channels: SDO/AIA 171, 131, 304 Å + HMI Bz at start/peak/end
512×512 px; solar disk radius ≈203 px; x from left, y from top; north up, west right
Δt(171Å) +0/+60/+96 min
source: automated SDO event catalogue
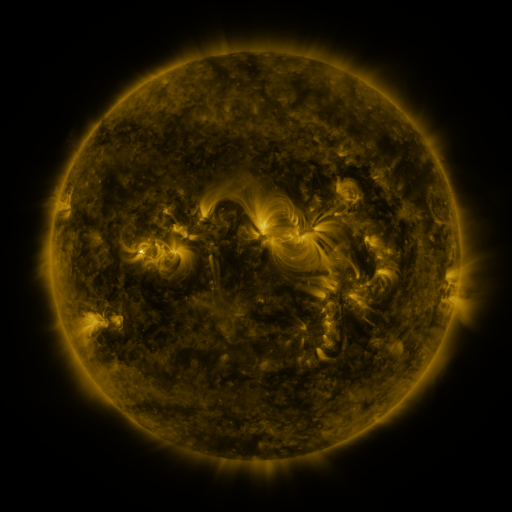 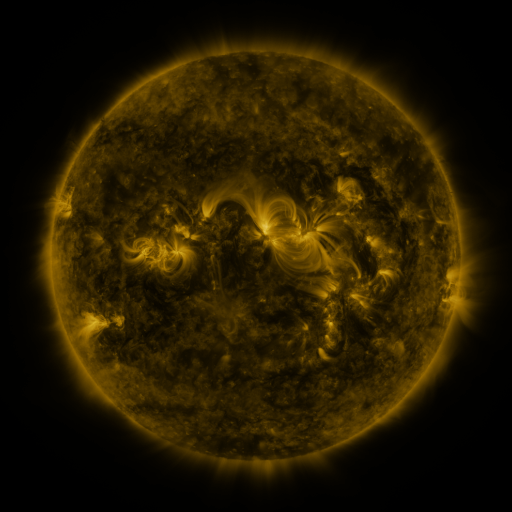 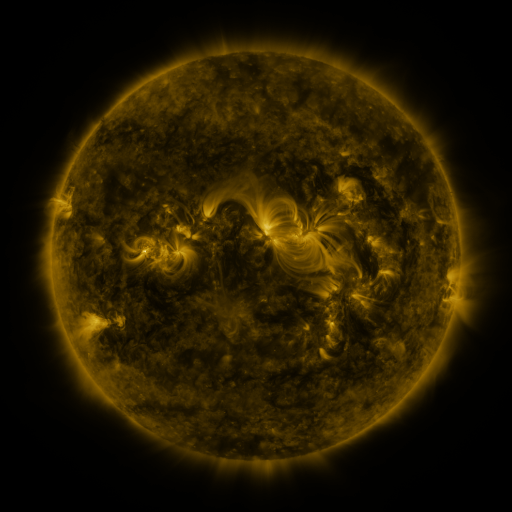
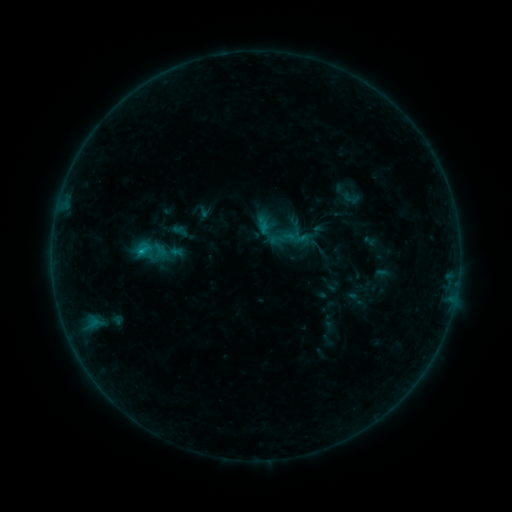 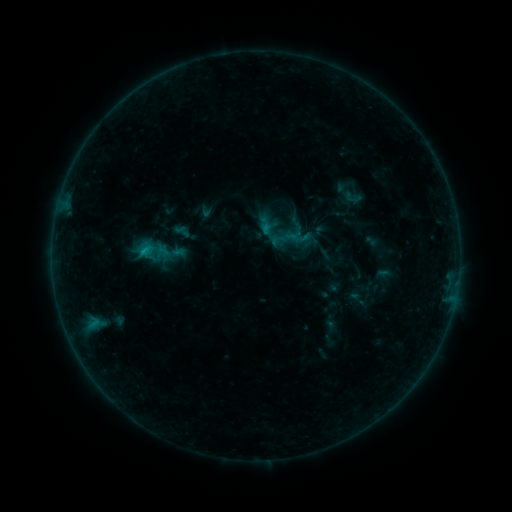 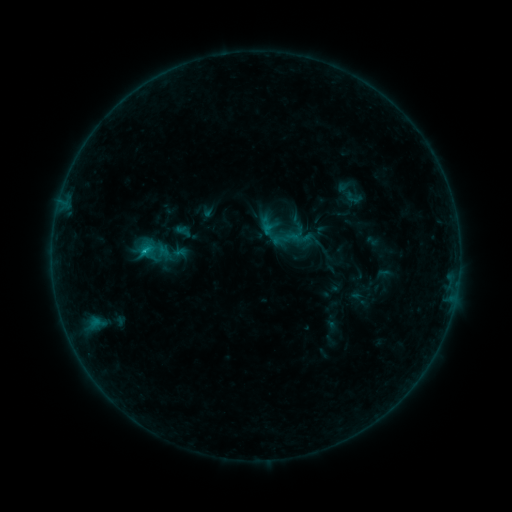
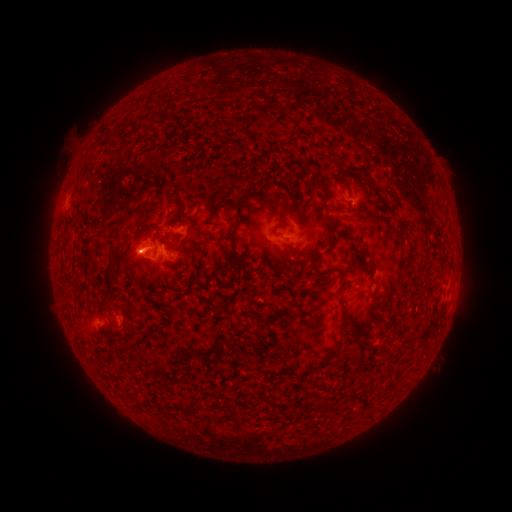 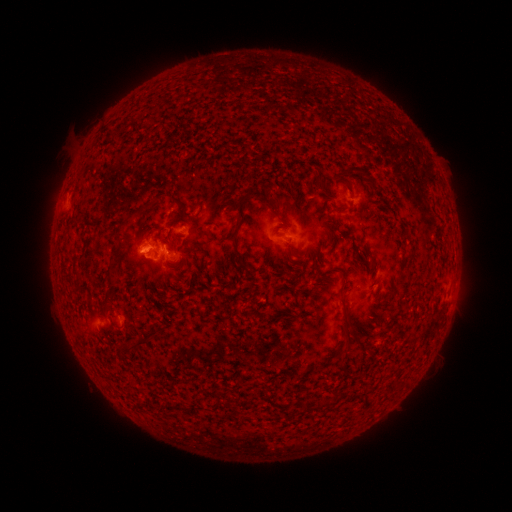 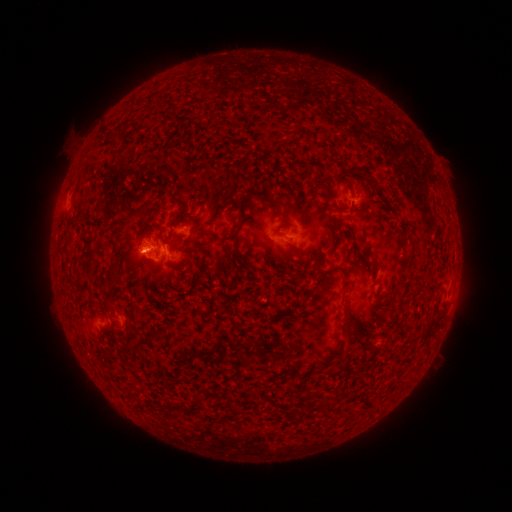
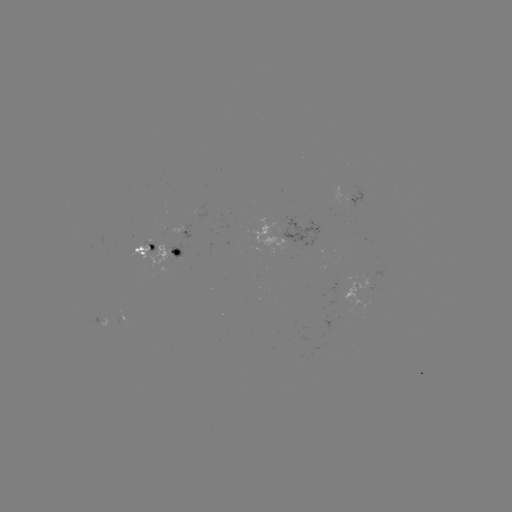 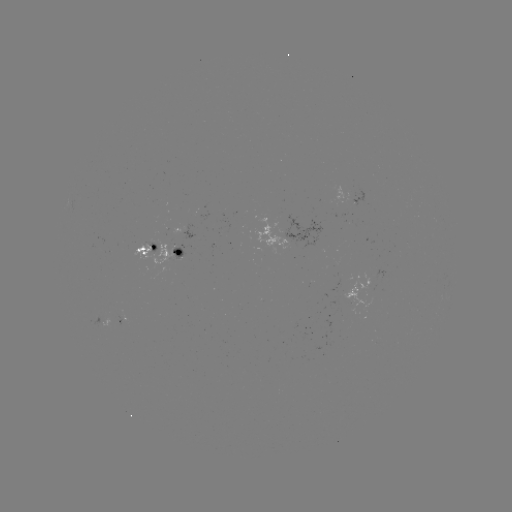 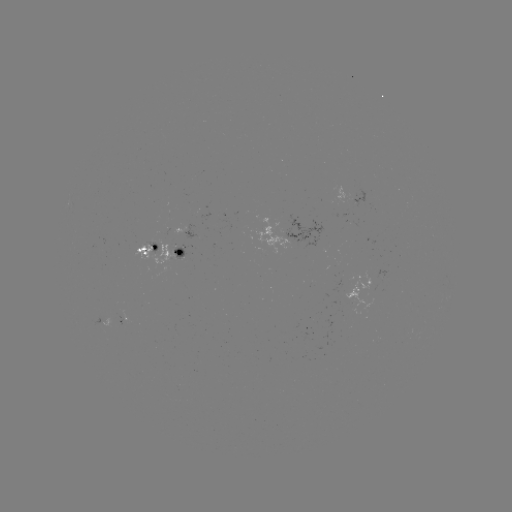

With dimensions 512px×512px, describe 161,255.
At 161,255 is emerging-flux region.